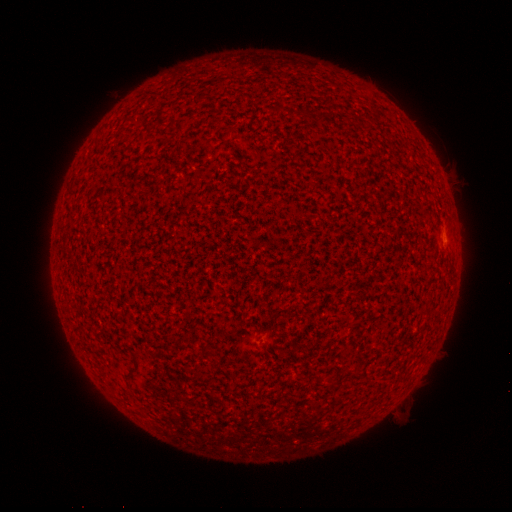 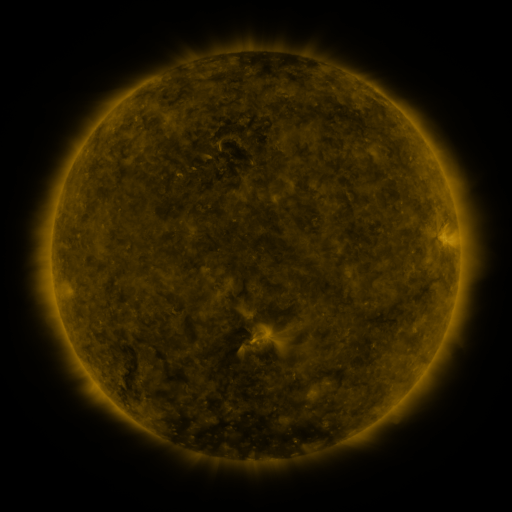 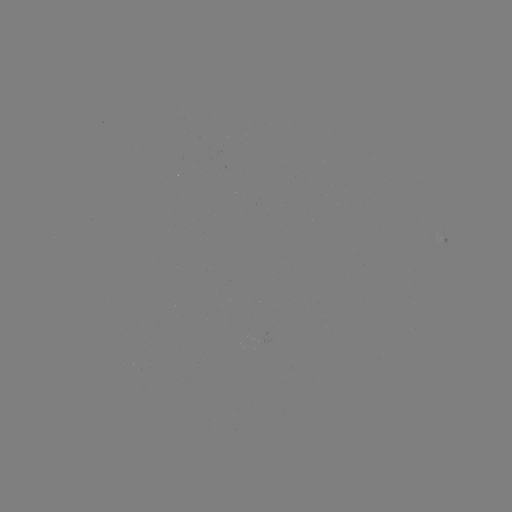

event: spotted active region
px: (446, 234)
